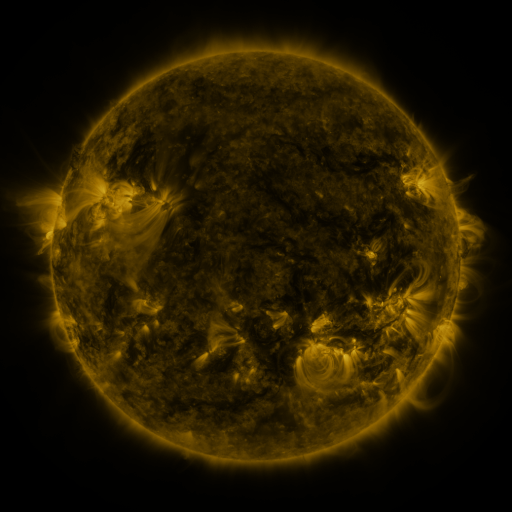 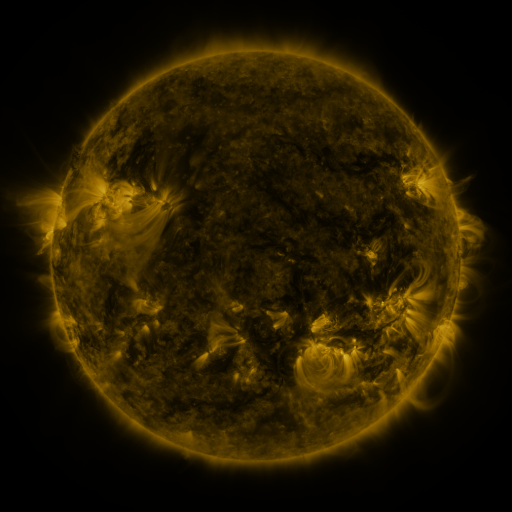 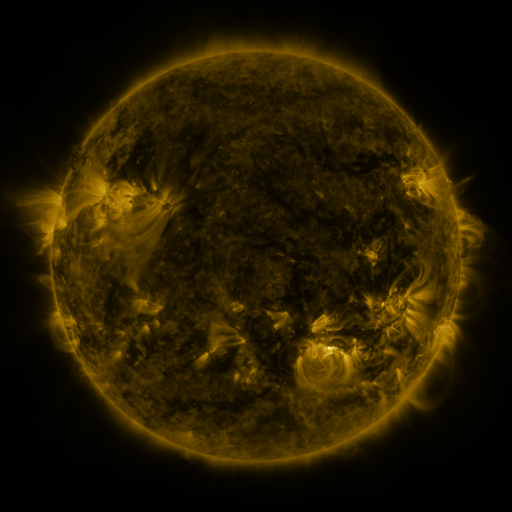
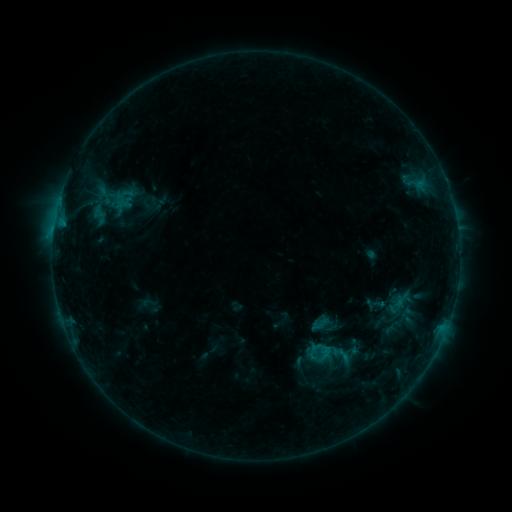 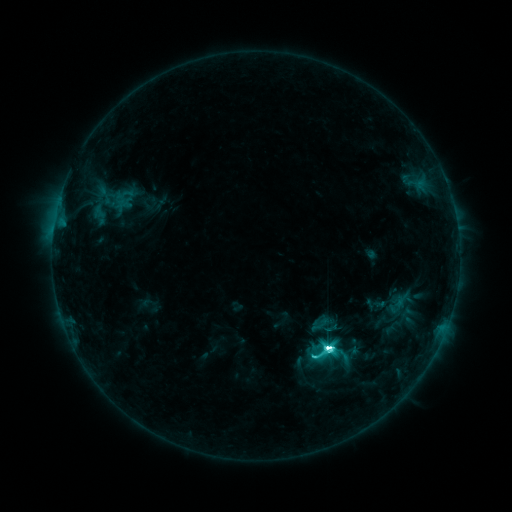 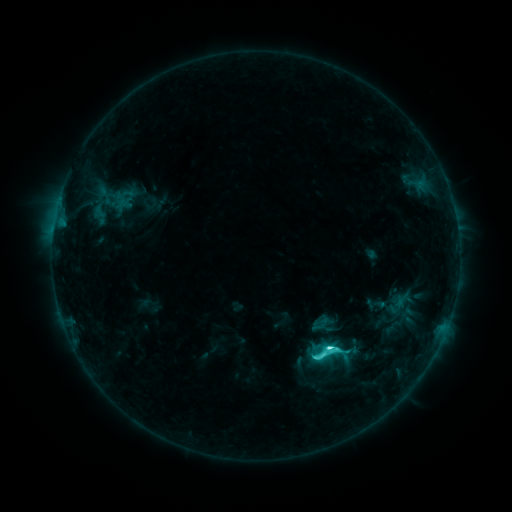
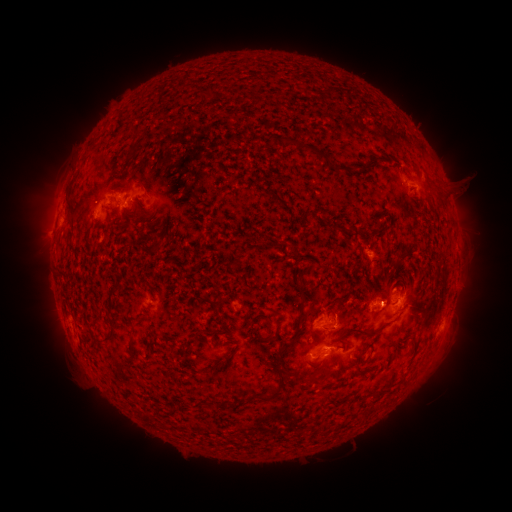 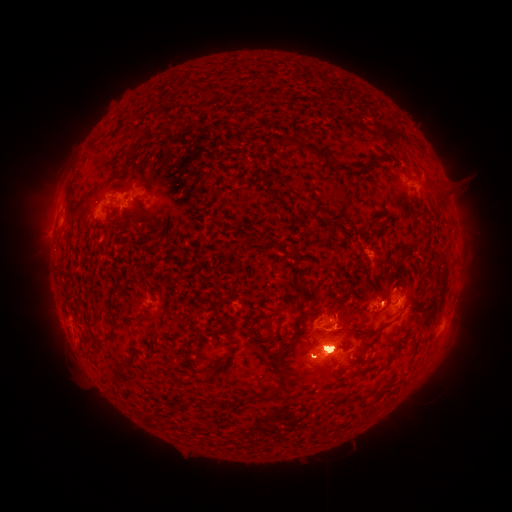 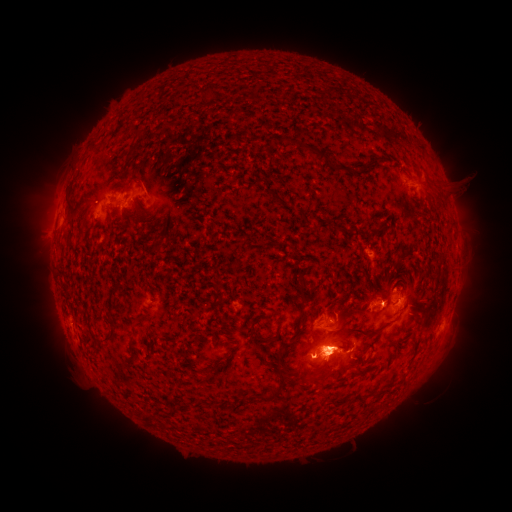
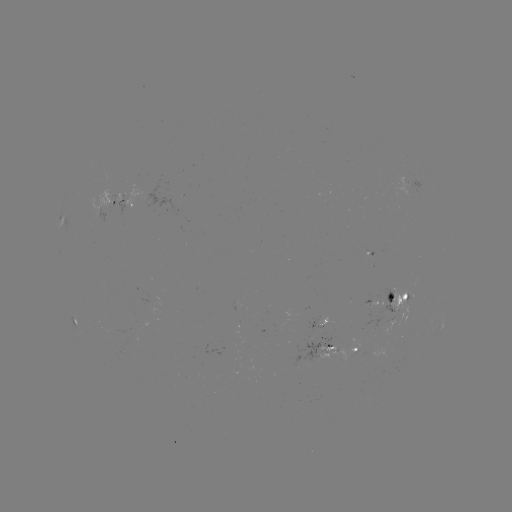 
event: eruption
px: (47, 193)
